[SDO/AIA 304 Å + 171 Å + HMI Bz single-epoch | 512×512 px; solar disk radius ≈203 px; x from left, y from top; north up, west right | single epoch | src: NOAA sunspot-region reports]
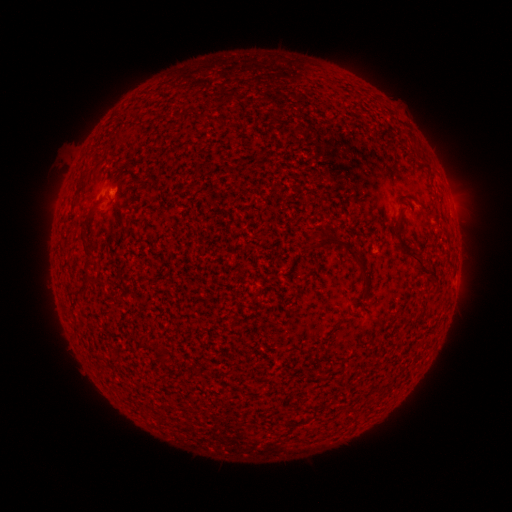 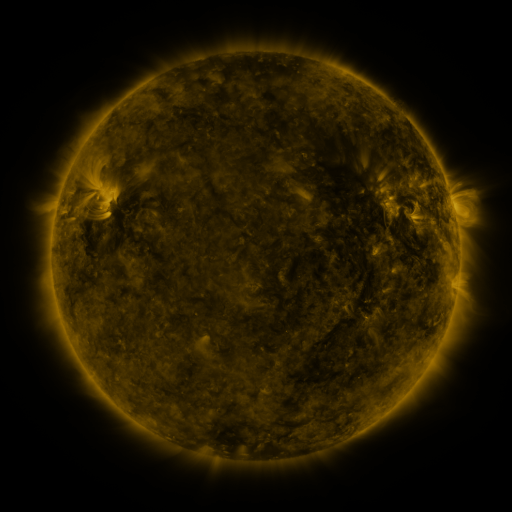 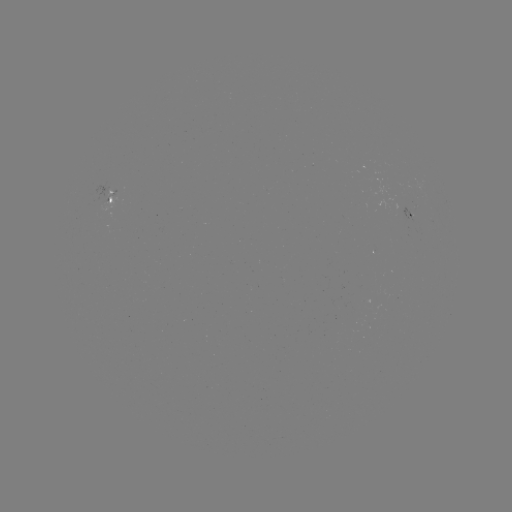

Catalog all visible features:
spotted active region: (113, 200)
spotted active region: (410, 214)
